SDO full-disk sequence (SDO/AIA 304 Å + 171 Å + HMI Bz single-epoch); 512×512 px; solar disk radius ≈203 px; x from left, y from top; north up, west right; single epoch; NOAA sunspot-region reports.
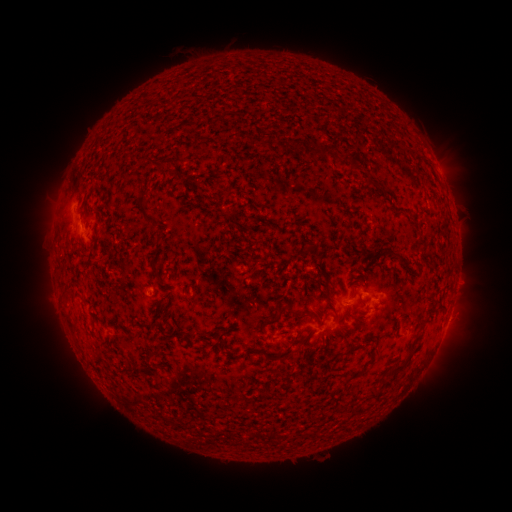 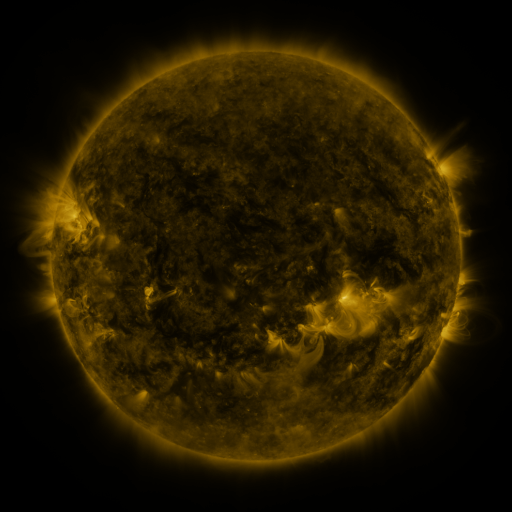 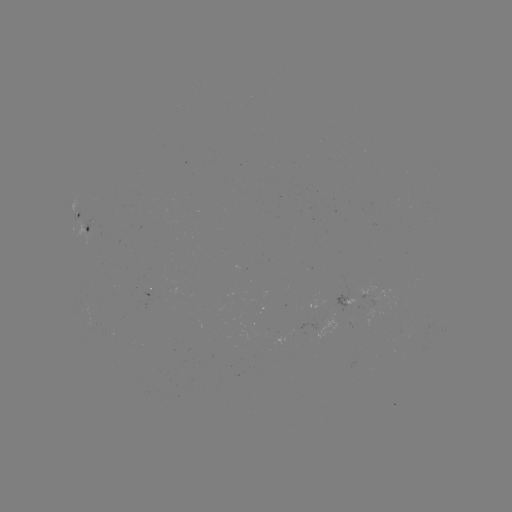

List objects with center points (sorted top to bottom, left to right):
spotted active region: (440, 170)
spotted active region: (80, 213)
spotted active region: (88, 231)
spotted active region: (362, 293)
spotted active region: (331, 325)
